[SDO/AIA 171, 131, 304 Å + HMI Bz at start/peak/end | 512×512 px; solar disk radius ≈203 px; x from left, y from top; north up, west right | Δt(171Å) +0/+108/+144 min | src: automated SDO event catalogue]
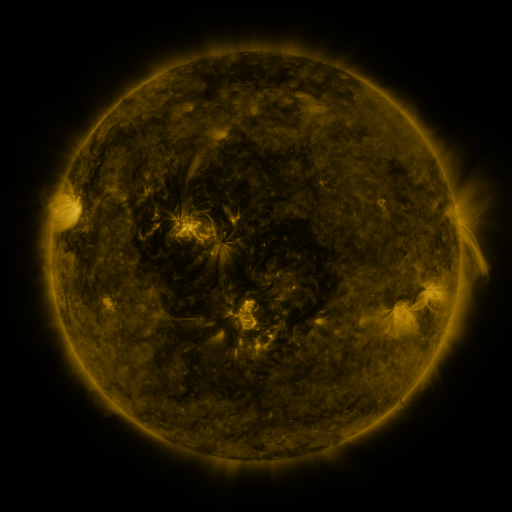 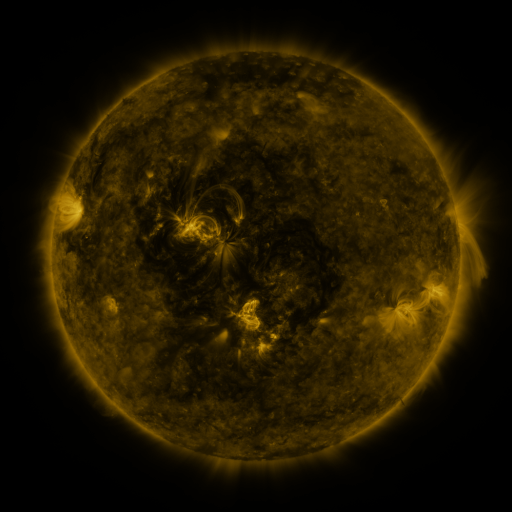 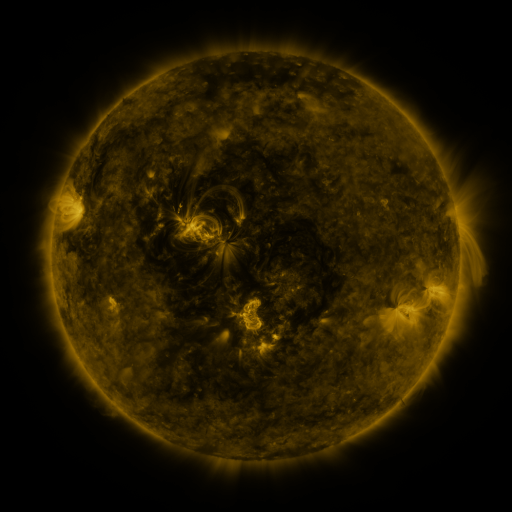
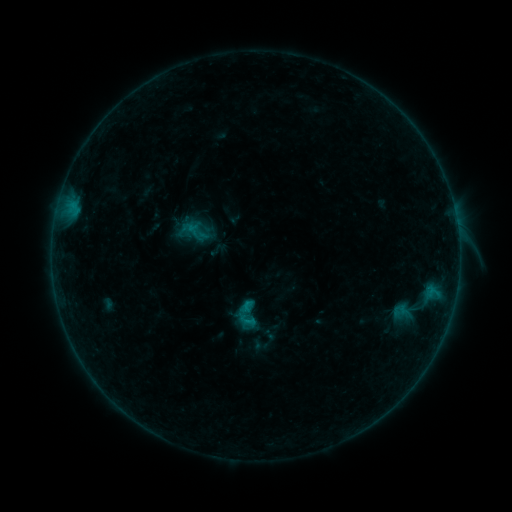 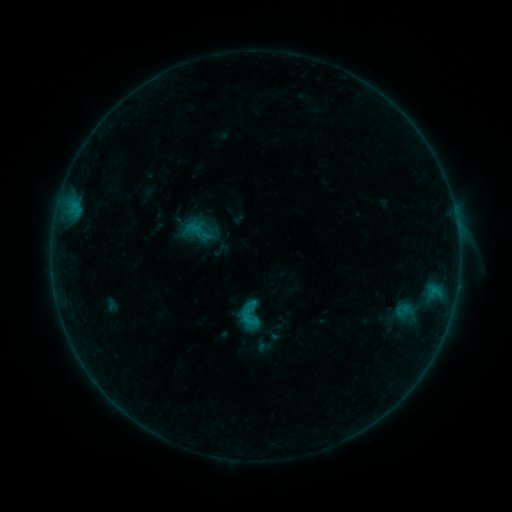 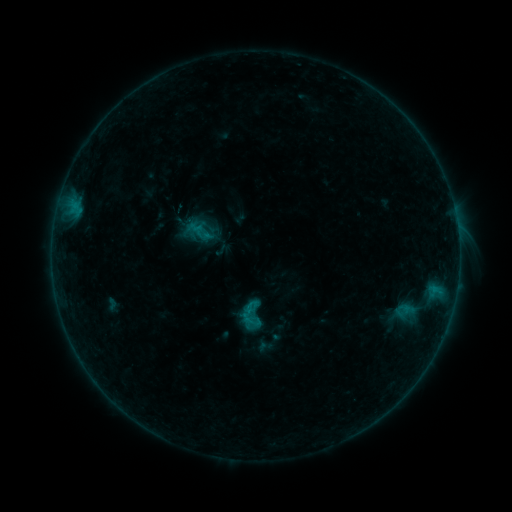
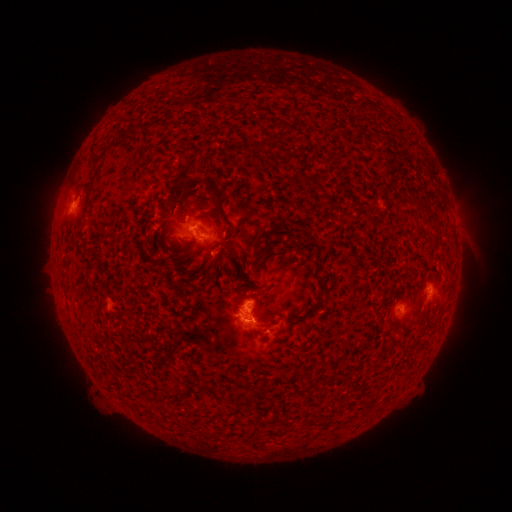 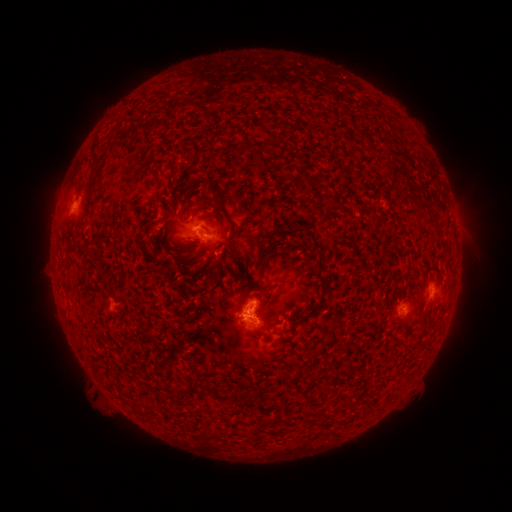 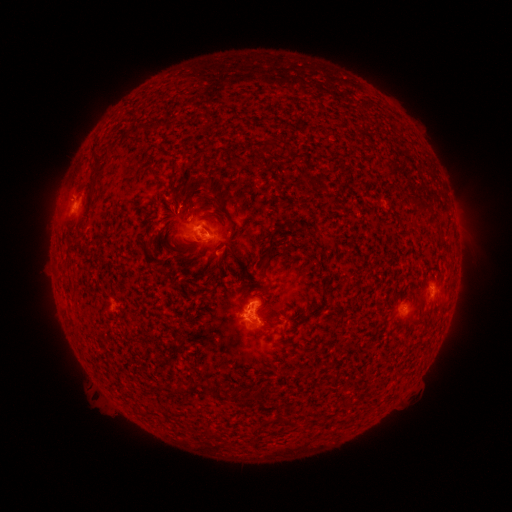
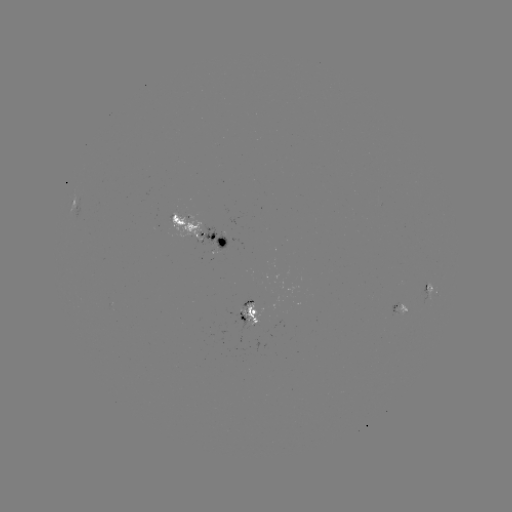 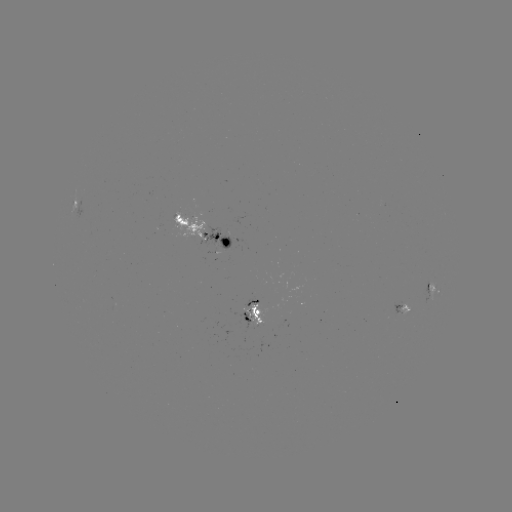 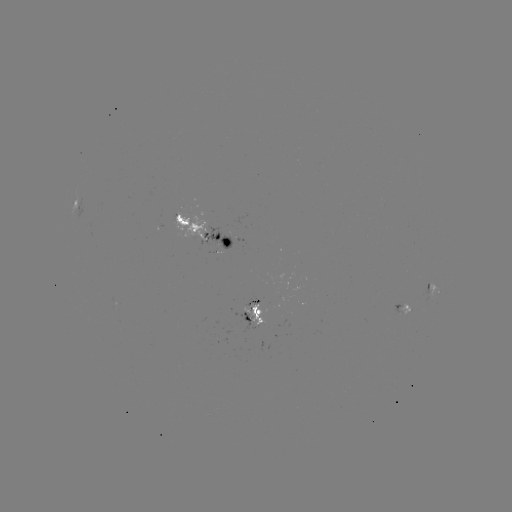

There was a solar emerging-flux region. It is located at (189, 221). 